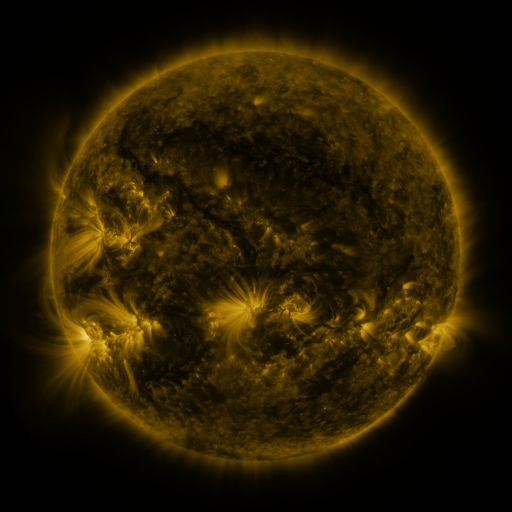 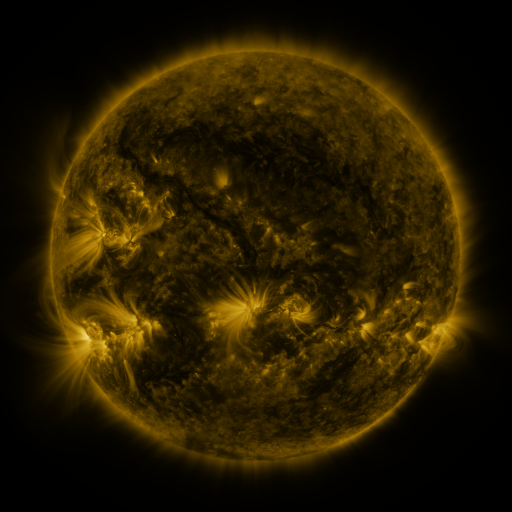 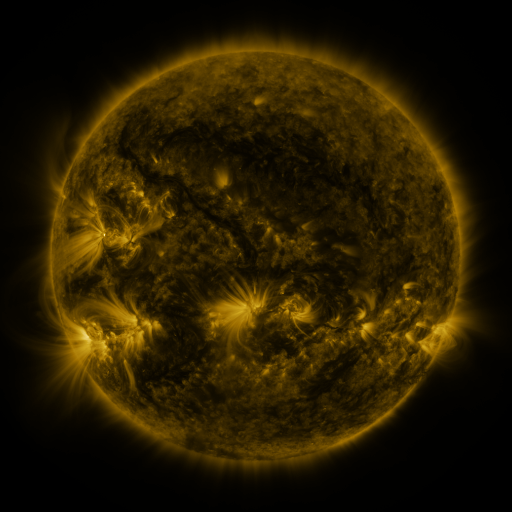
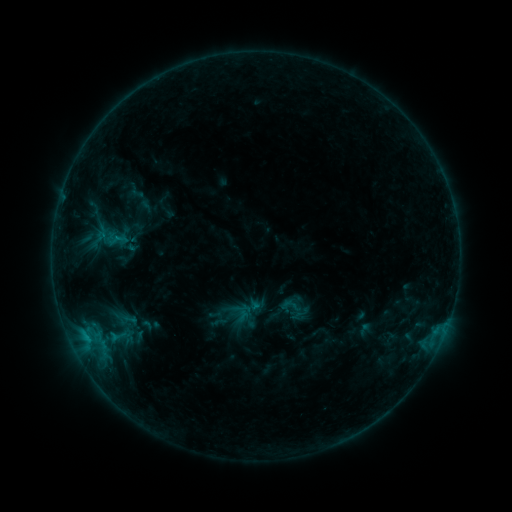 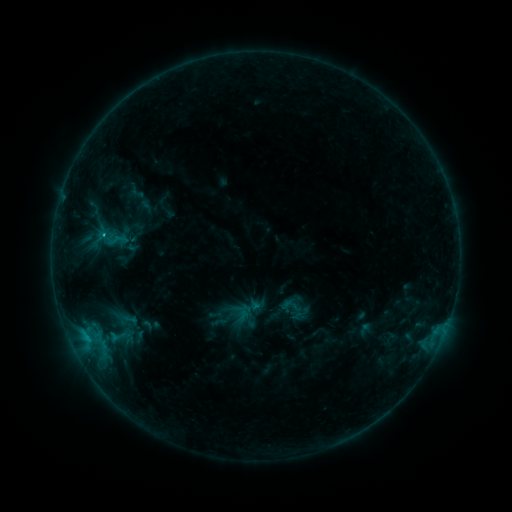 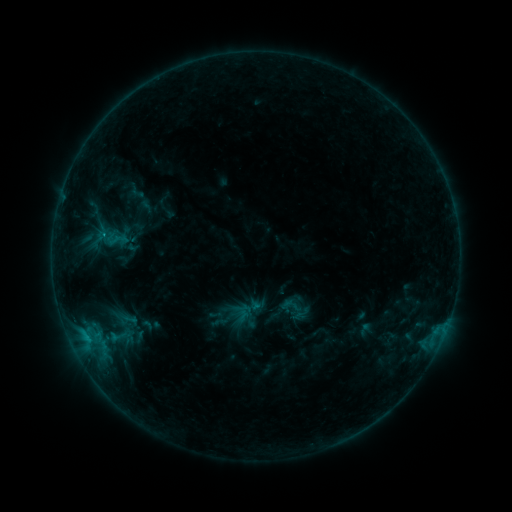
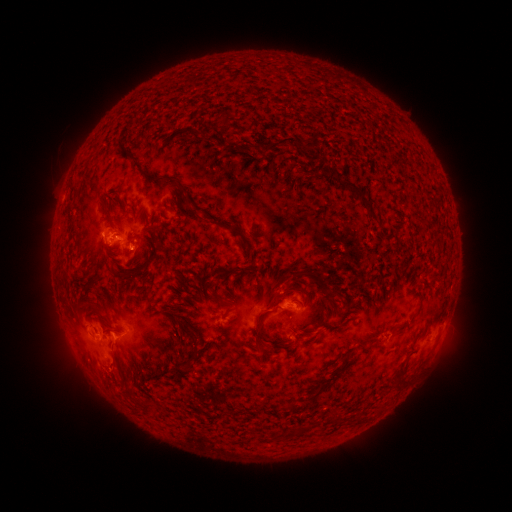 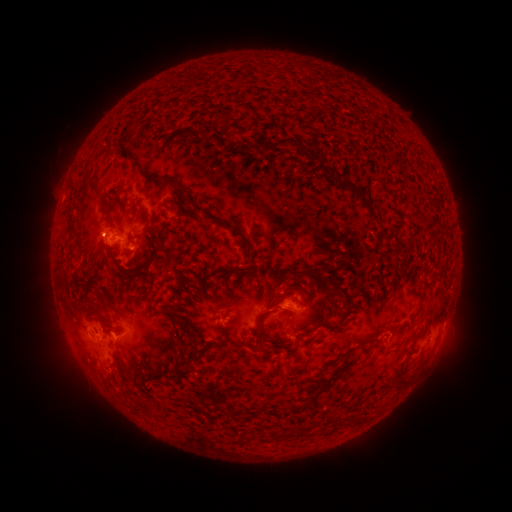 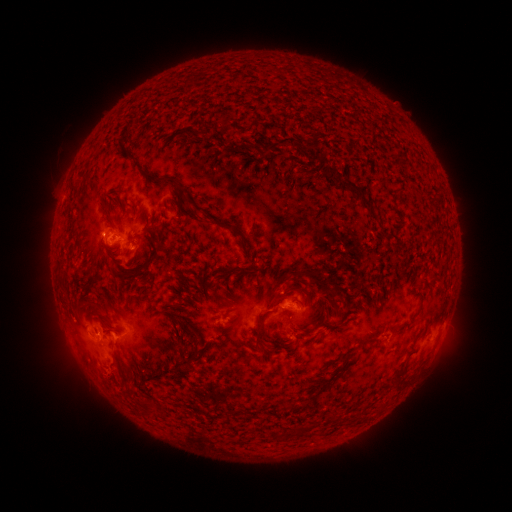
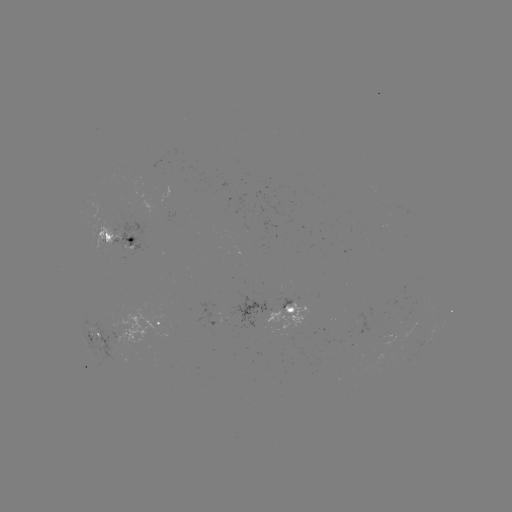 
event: flare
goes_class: C1.0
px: (104, 236)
